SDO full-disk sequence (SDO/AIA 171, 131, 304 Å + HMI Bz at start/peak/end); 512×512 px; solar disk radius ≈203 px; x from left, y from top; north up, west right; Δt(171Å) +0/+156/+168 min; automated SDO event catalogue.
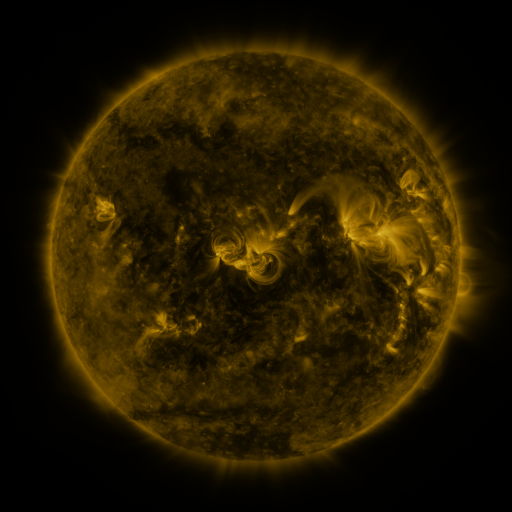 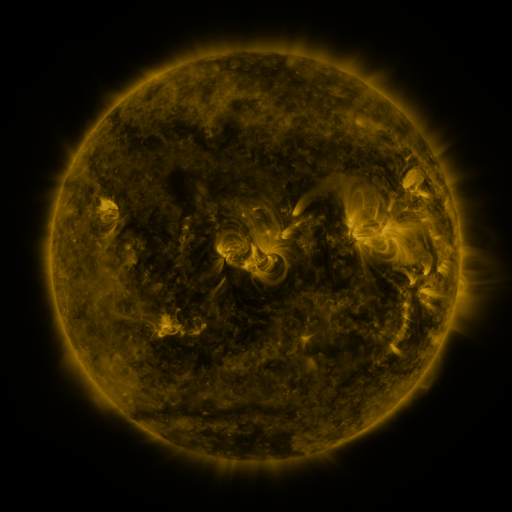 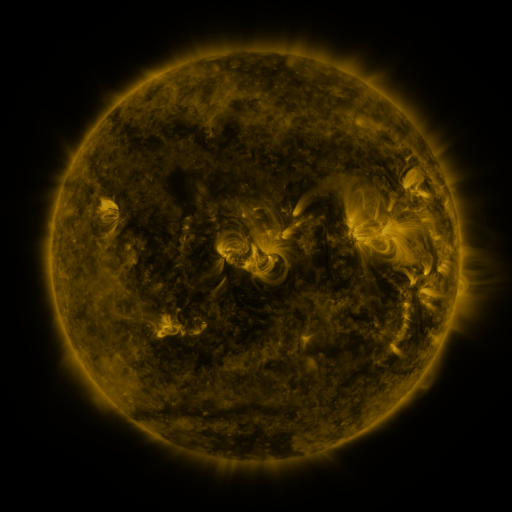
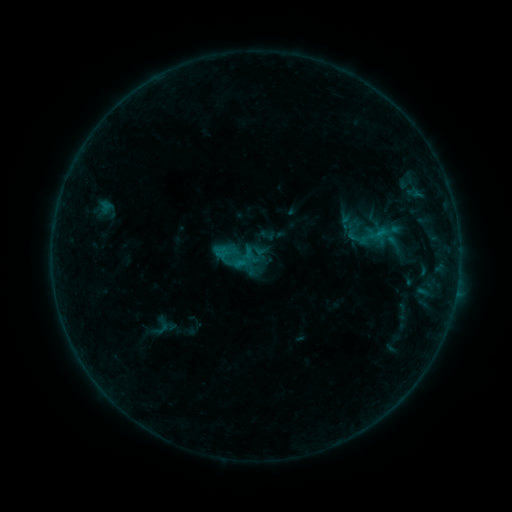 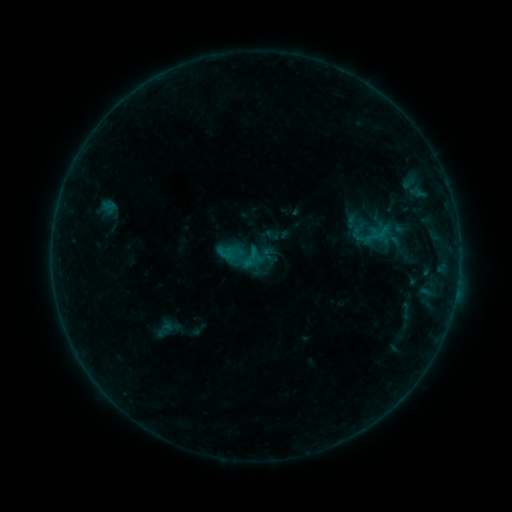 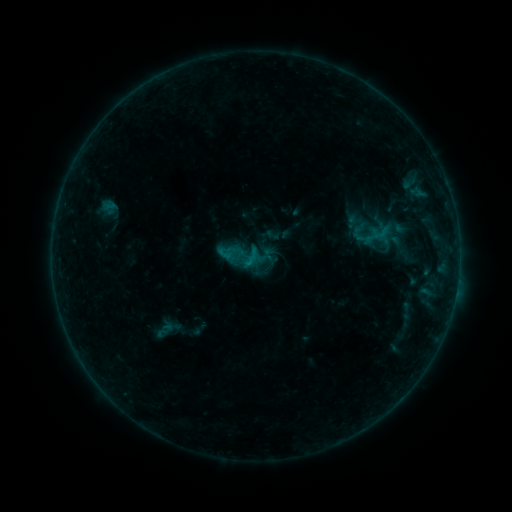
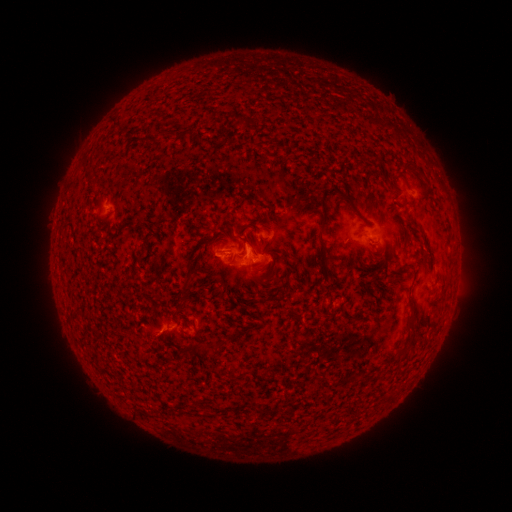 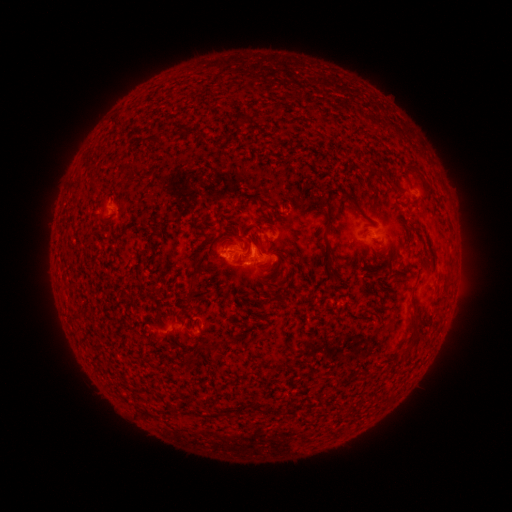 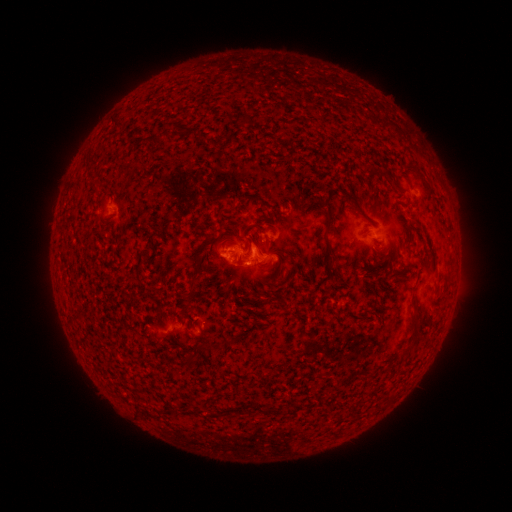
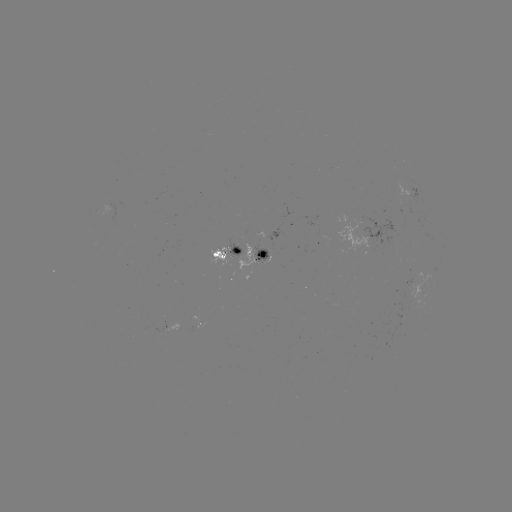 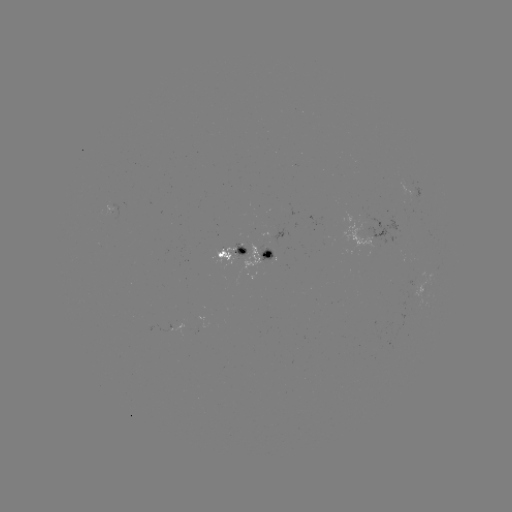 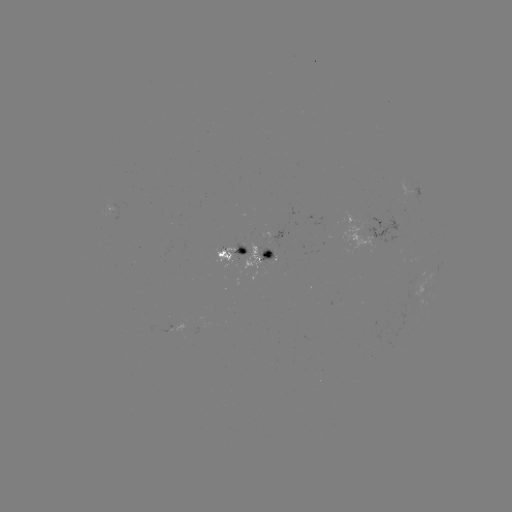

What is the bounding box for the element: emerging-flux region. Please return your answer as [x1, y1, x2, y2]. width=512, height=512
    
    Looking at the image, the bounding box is [258, 243, 274, 262].